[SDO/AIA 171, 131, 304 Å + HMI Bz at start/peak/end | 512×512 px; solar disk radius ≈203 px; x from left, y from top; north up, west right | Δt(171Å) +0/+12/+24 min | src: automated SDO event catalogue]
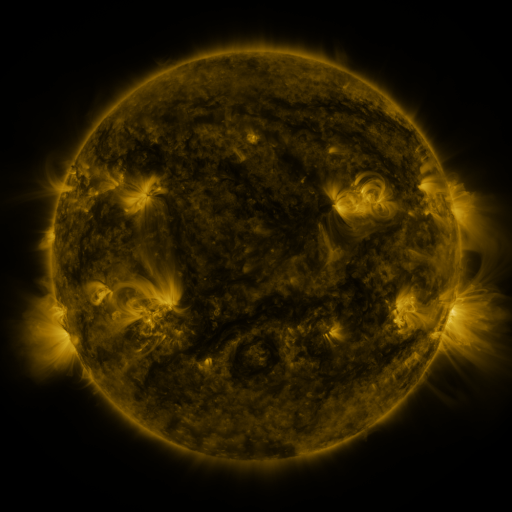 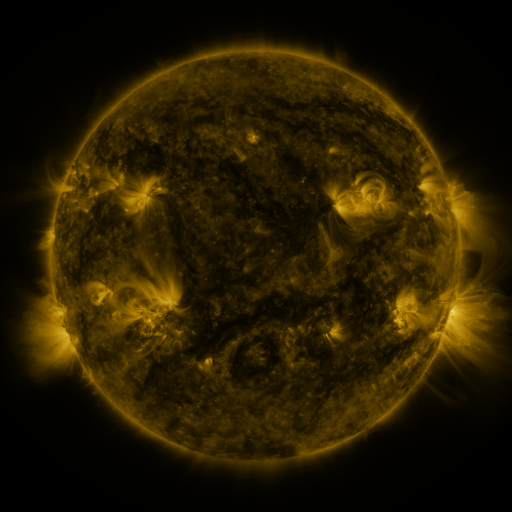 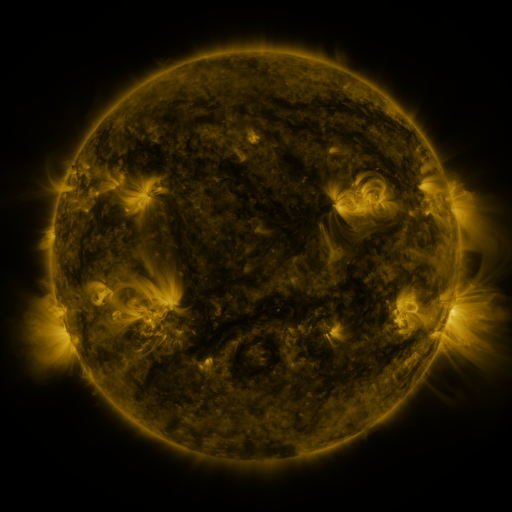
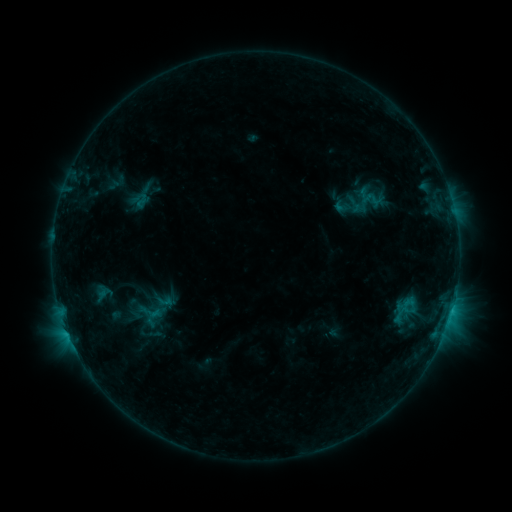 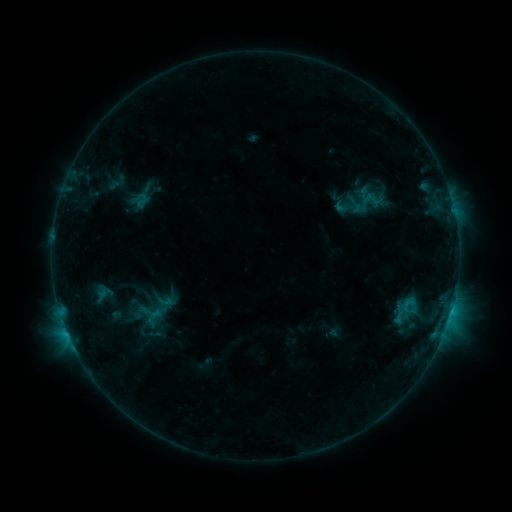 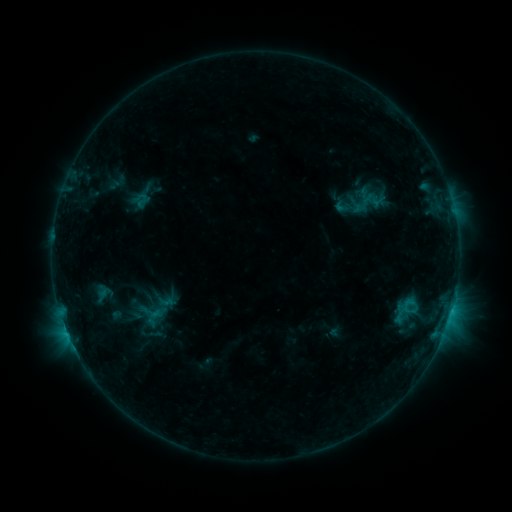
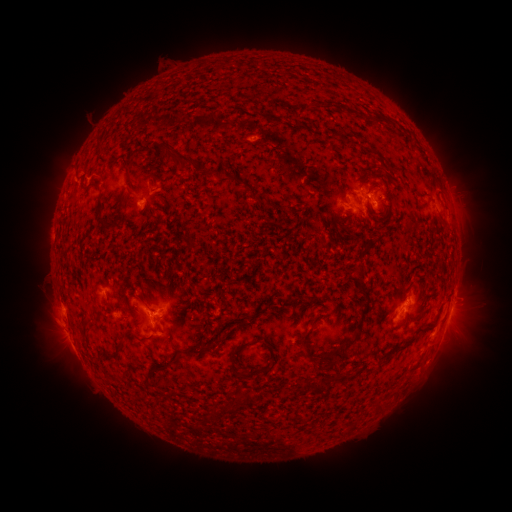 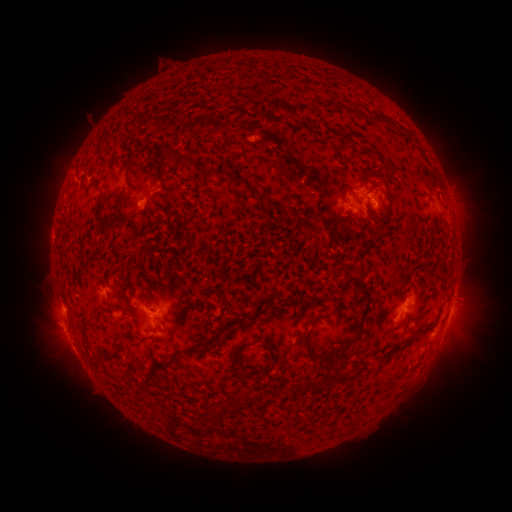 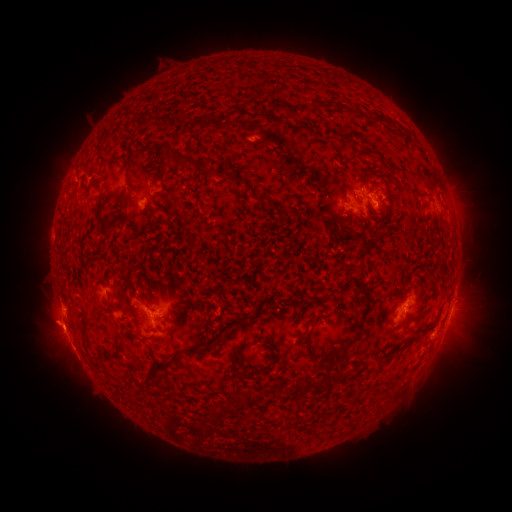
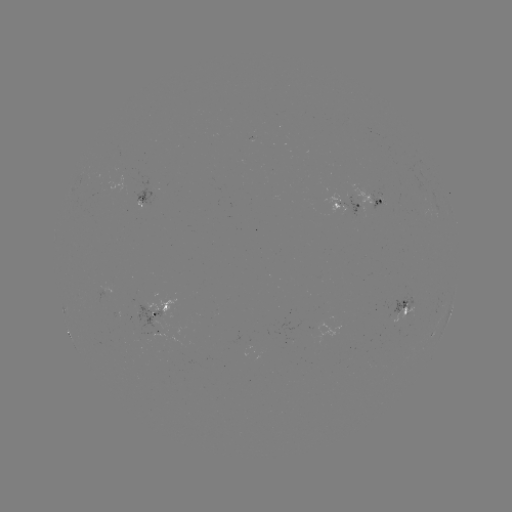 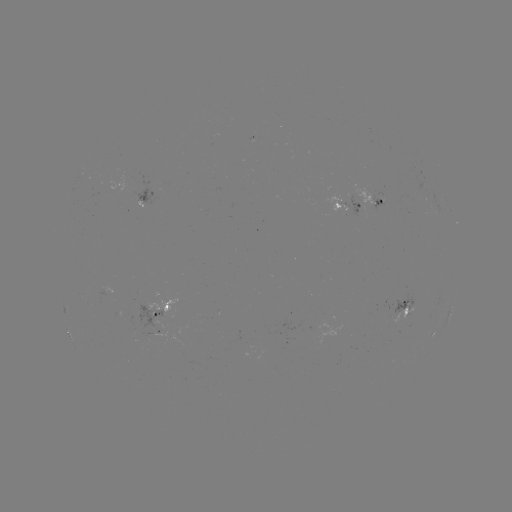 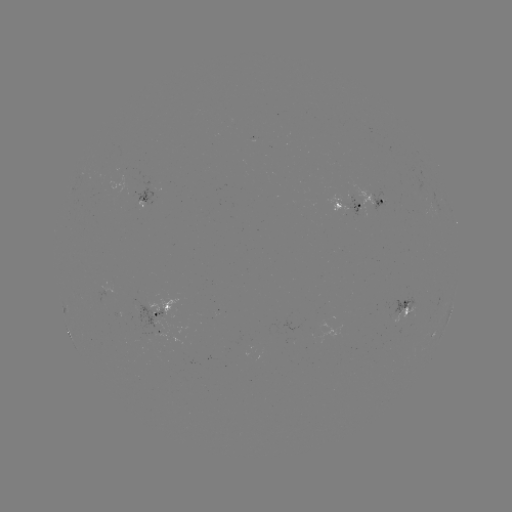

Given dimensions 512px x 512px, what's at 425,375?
eruption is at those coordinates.